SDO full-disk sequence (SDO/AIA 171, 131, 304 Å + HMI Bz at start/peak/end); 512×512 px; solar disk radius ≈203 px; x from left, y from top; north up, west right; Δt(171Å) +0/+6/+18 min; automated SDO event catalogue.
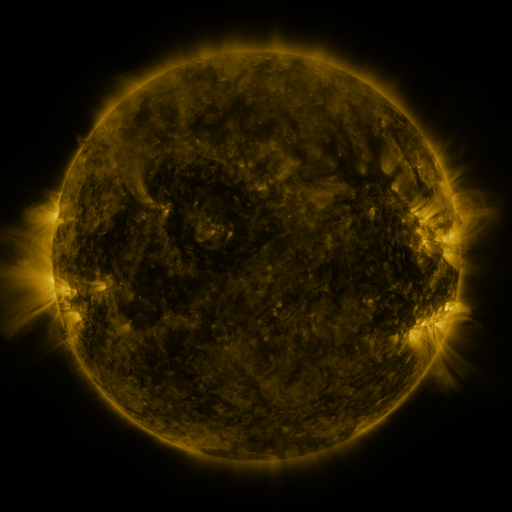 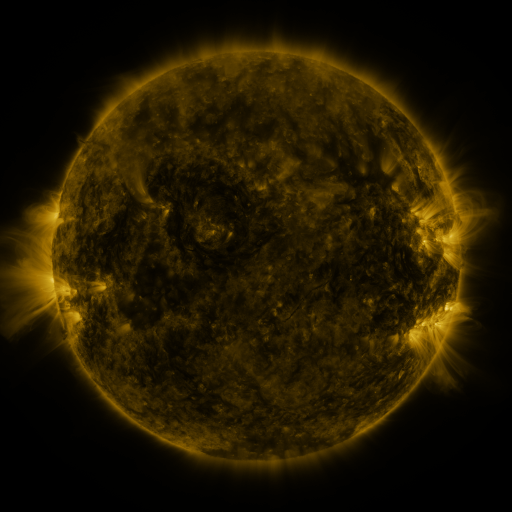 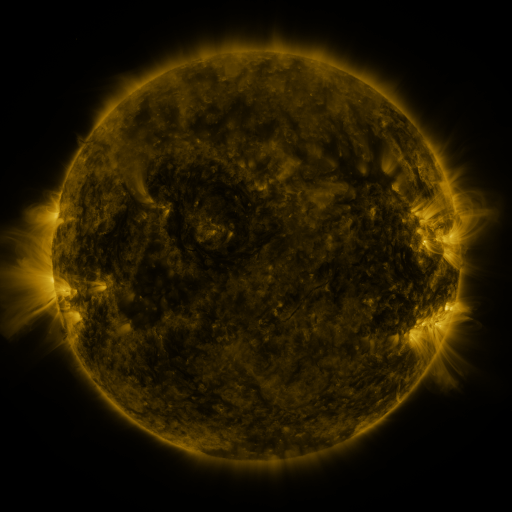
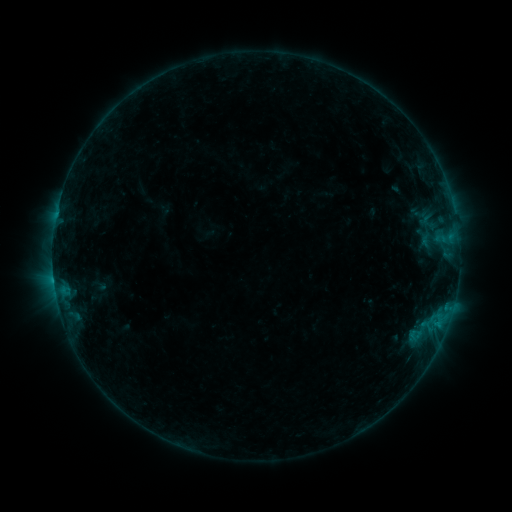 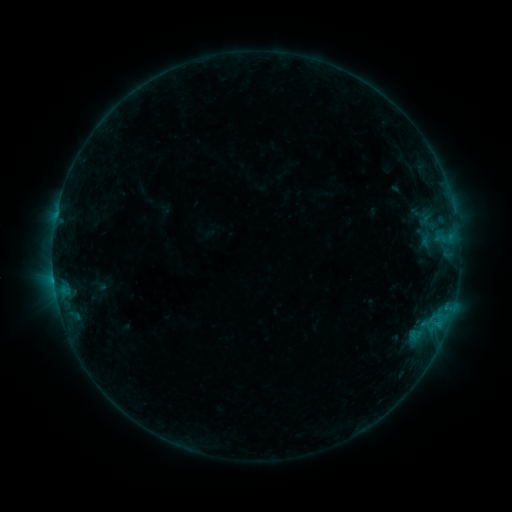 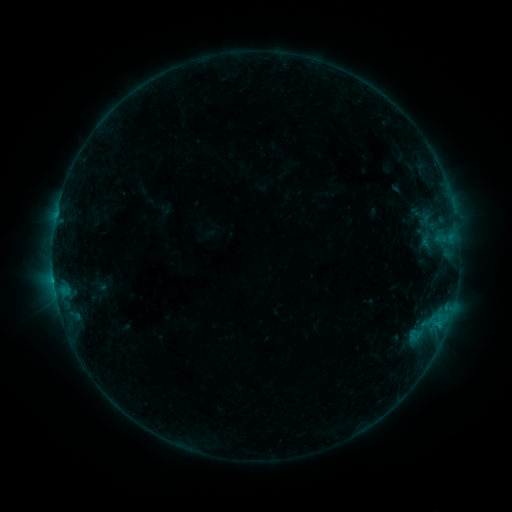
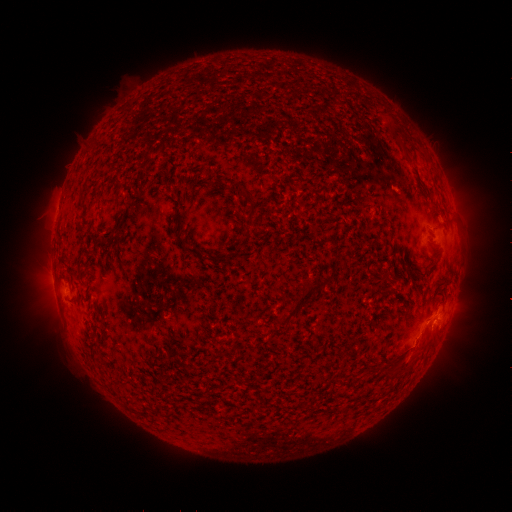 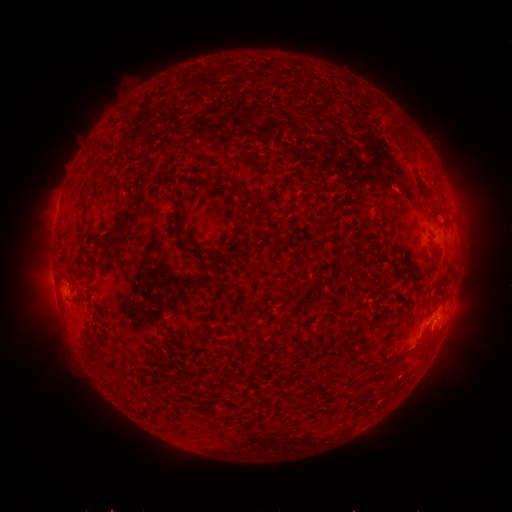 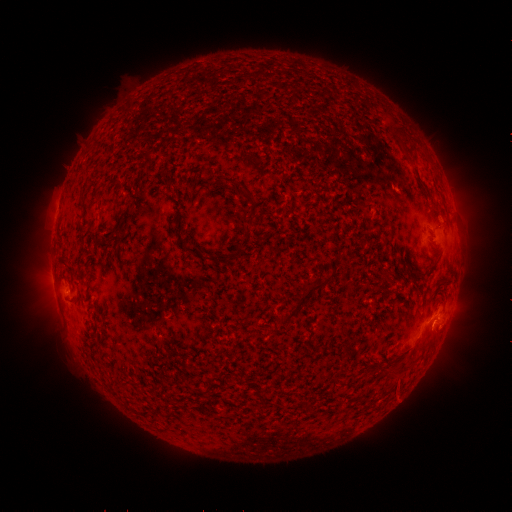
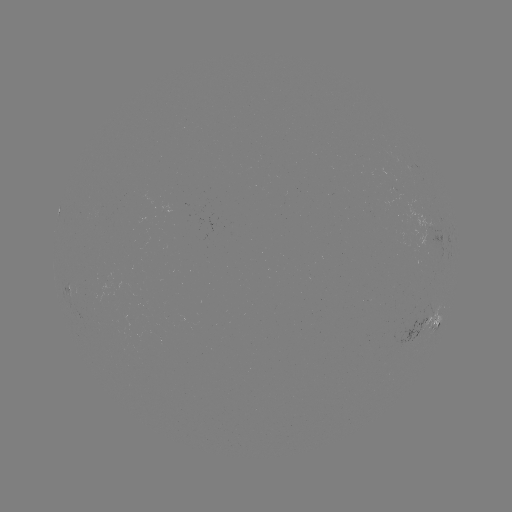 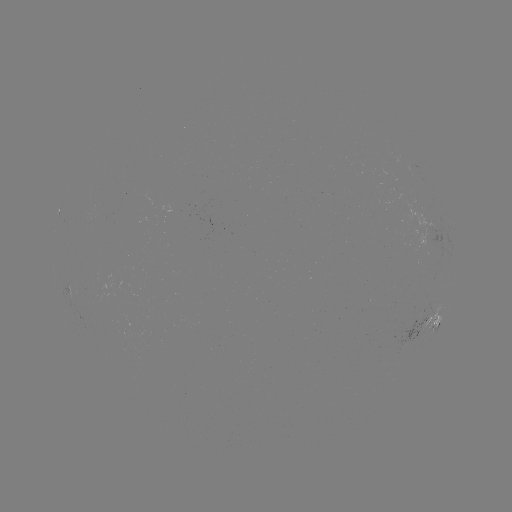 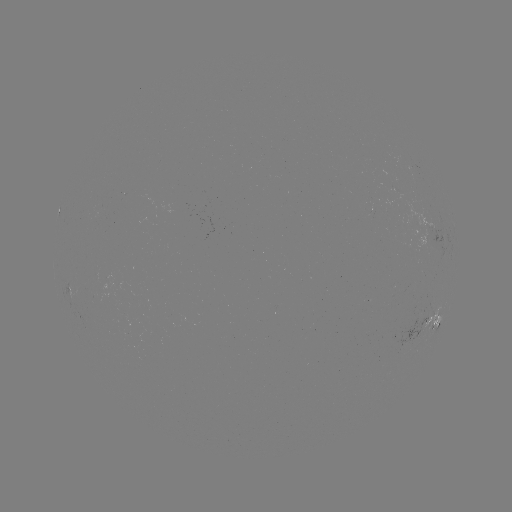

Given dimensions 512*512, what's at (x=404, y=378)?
eruption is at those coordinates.